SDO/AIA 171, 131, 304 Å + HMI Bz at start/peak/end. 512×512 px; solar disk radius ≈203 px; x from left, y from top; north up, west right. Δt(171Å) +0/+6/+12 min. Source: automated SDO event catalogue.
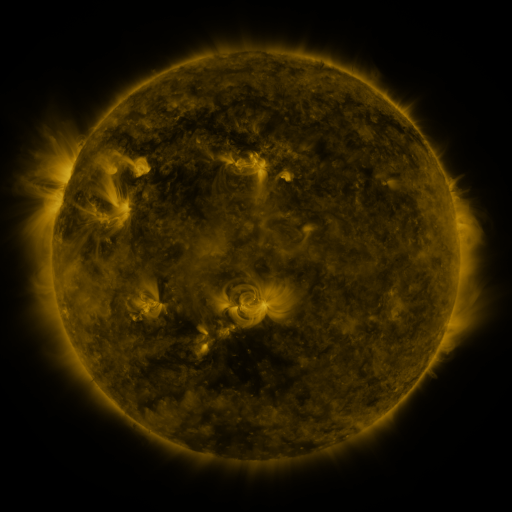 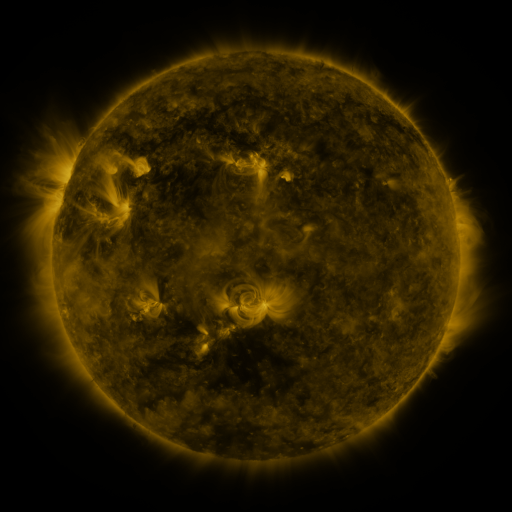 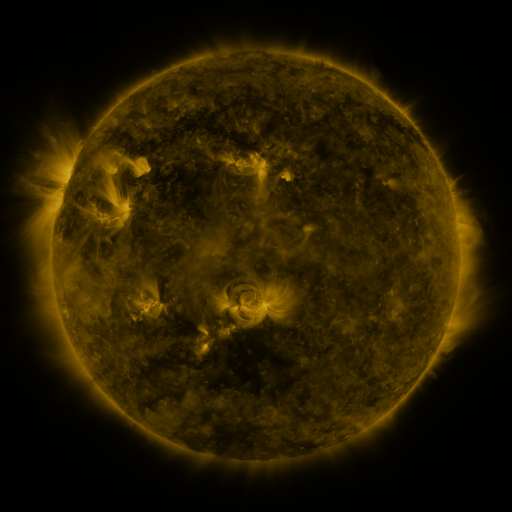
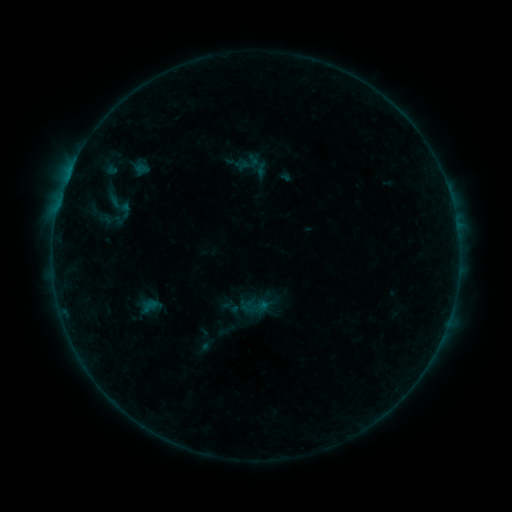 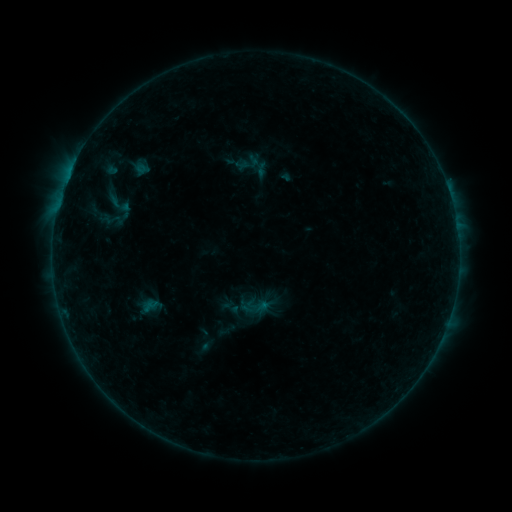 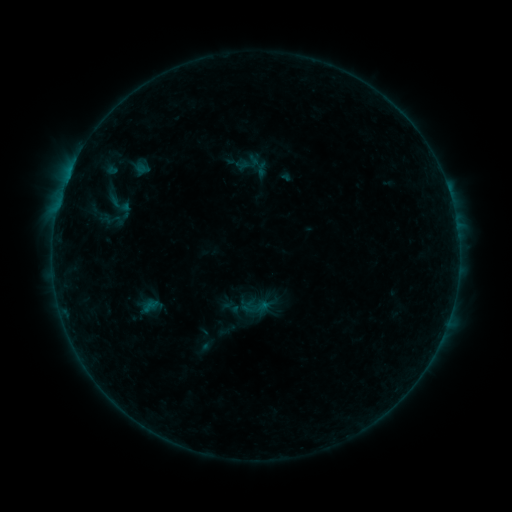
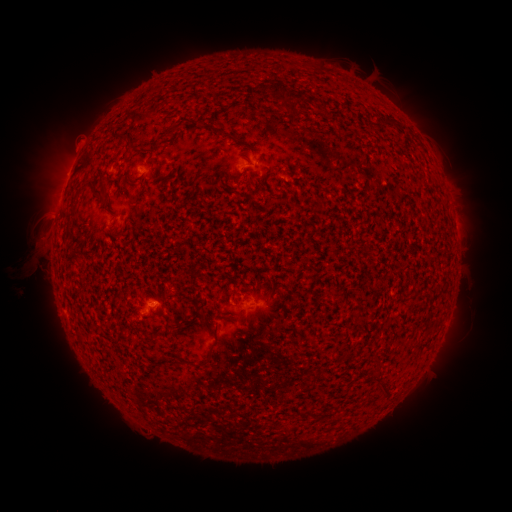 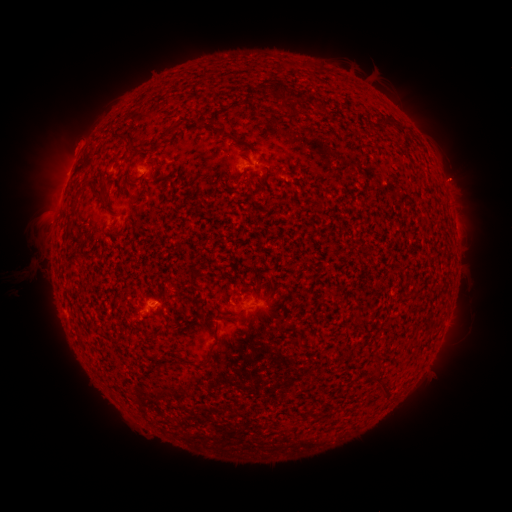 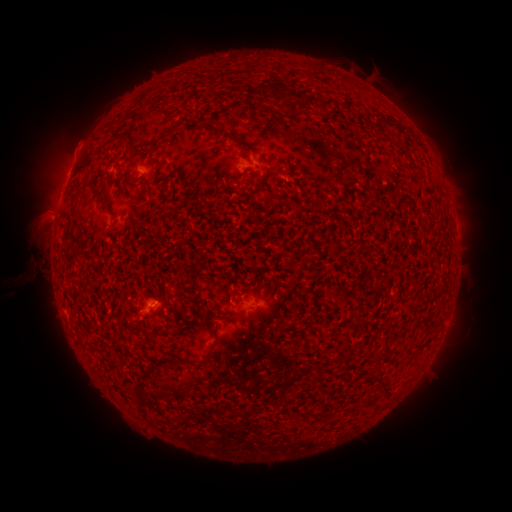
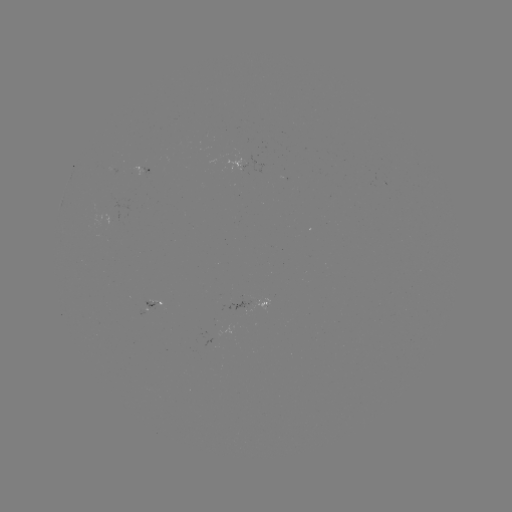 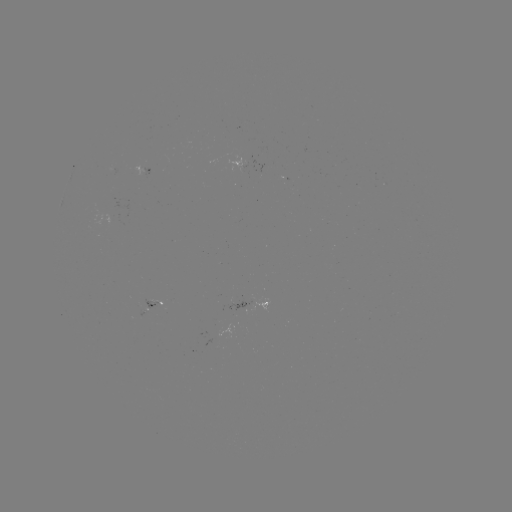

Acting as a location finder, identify eruption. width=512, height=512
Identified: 458,180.